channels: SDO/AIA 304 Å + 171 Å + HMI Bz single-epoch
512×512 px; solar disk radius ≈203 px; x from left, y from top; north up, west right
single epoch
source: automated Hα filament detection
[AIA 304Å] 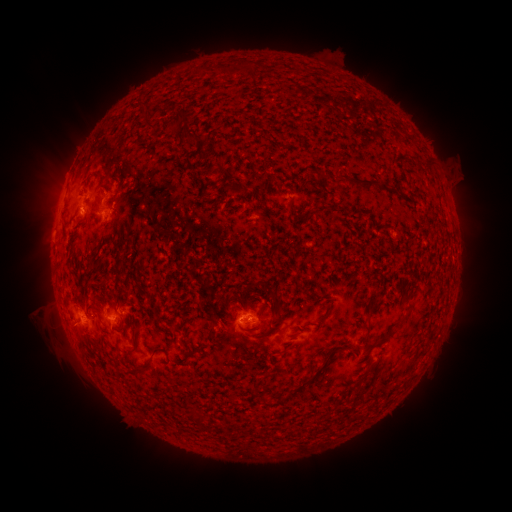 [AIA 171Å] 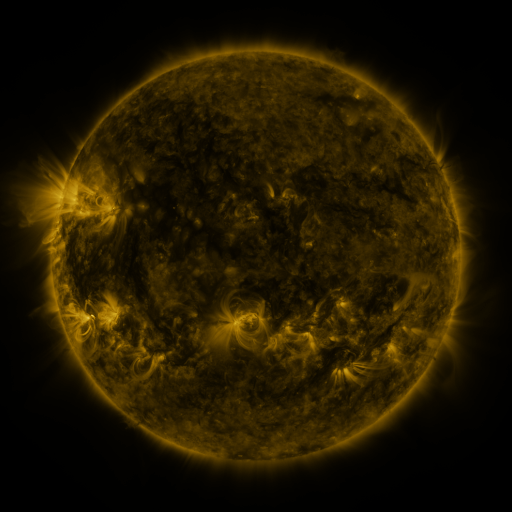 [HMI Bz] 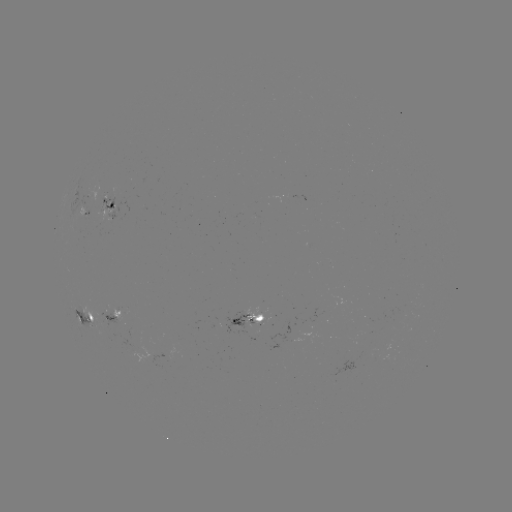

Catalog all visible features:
filament: [225, 60, 237, 78]
filament: [242, 62, 252, 74]
filament: [137, 103, 147, 112]
filament: [170, 111, 187, 139]
filament: [184, 132, 196, 147]
filament: [421, 156, 431, 167]
filament: [91, 172, 107, 186]
filament: [344, 175, 380, 188]
filament: [117, 182, 128, 195]
filament: [95, 200, 102, 214]
filament: [249, 279, 282, 308]
filament: [364, 294, 383, 338]
filament: [377, 310, 411, 343]
filament: [266, 325, 274, 335]
filament: [133, 326, 141, 336]
filament: [286, 339, 295, 350]
filament: [281, 343, 351, 401]
filament: [144, 347, 163, 371]
filament: [368, 359, 379, 369]
filament: [195, 414, 206, 428]
